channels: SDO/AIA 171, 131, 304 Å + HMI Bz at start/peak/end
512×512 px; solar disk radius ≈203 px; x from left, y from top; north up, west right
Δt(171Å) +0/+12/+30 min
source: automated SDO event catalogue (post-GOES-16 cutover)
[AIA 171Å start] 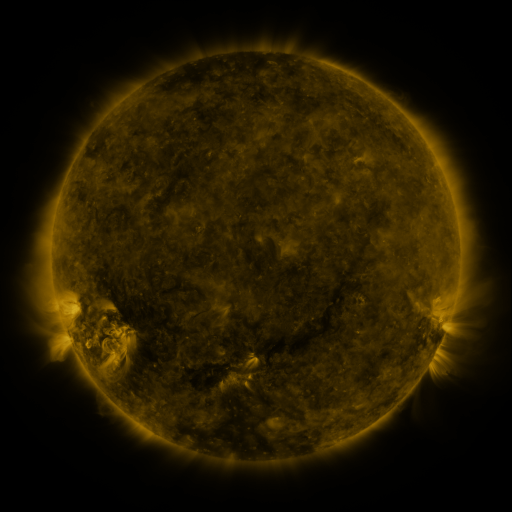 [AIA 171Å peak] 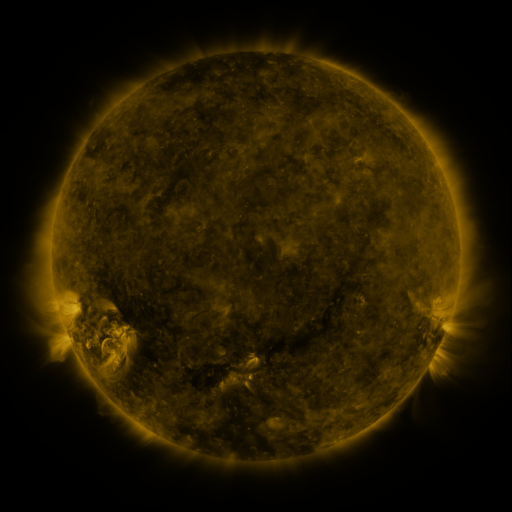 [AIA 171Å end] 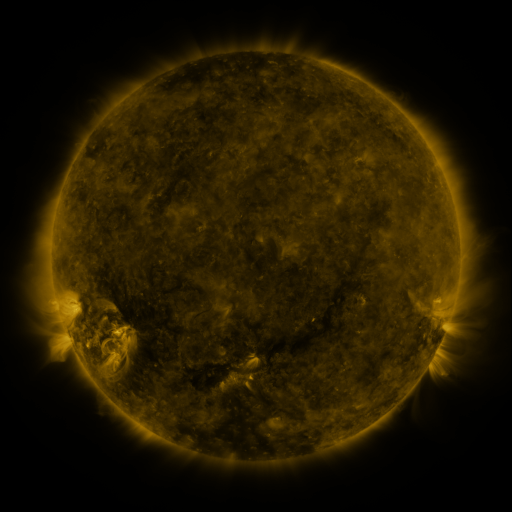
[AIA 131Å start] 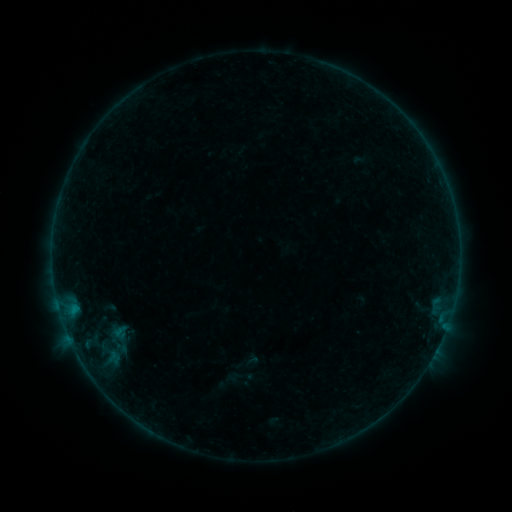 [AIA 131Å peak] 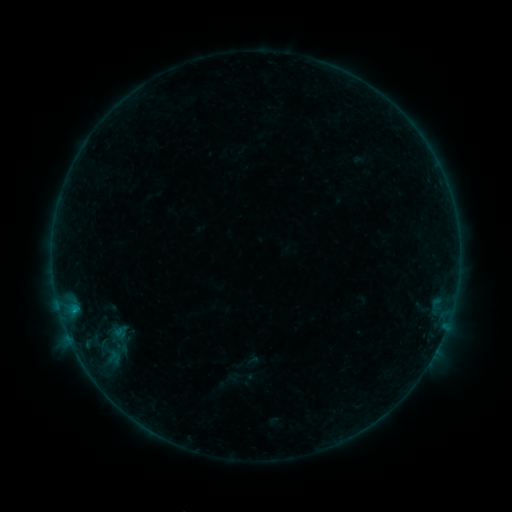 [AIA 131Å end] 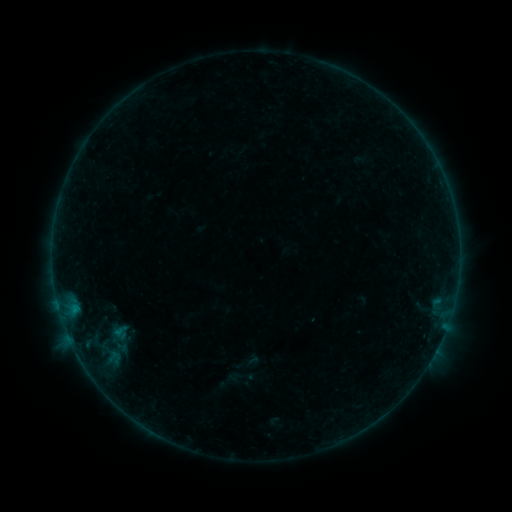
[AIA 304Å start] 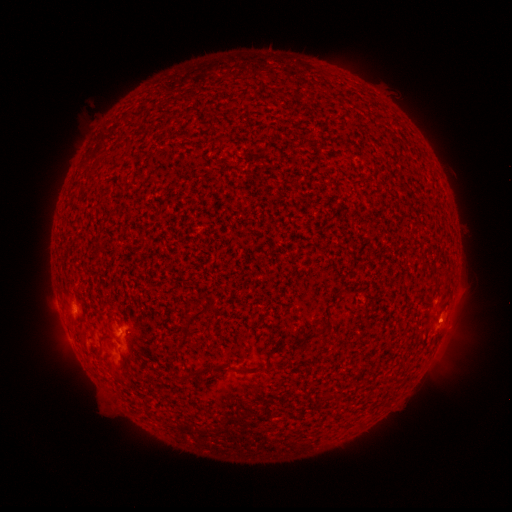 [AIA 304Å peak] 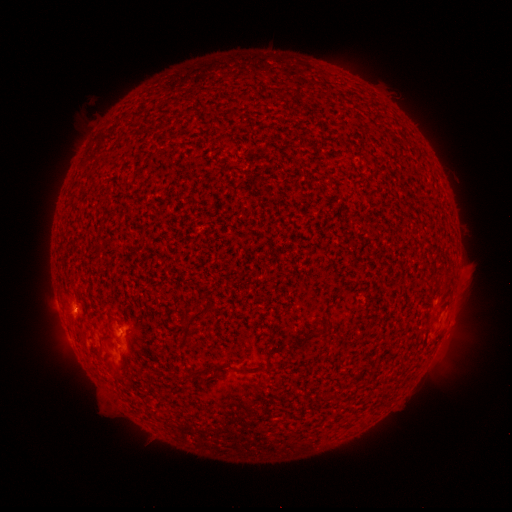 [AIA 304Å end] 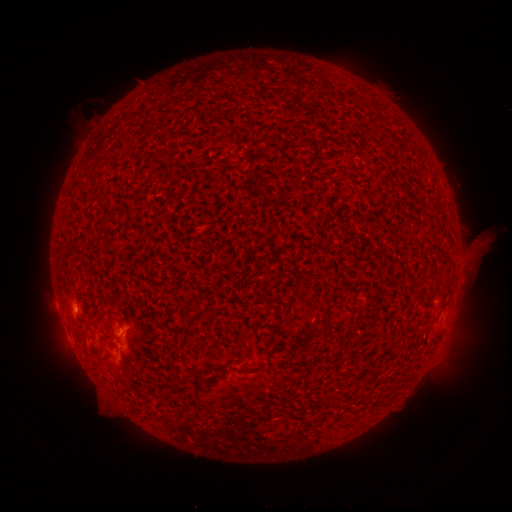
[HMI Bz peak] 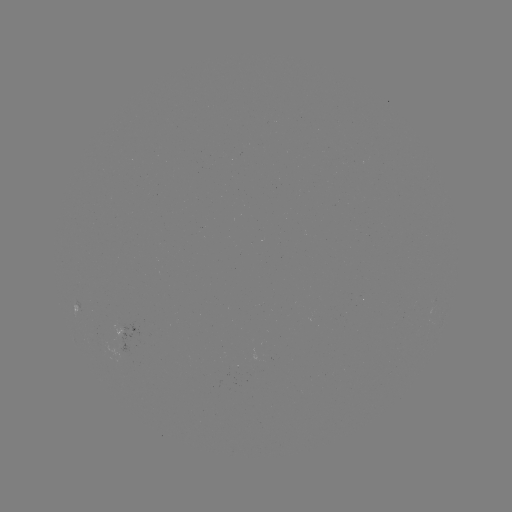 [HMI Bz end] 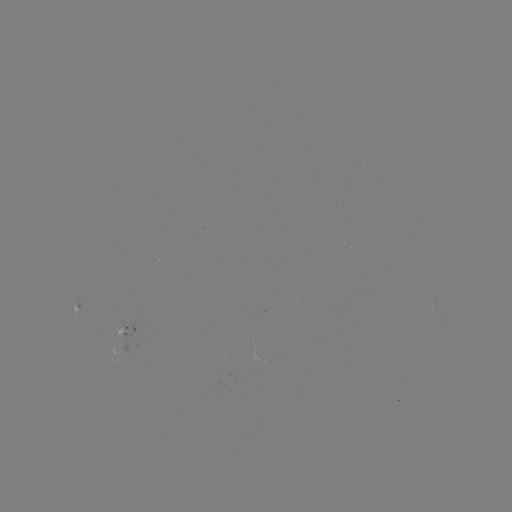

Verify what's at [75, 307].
B2.4 flare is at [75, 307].